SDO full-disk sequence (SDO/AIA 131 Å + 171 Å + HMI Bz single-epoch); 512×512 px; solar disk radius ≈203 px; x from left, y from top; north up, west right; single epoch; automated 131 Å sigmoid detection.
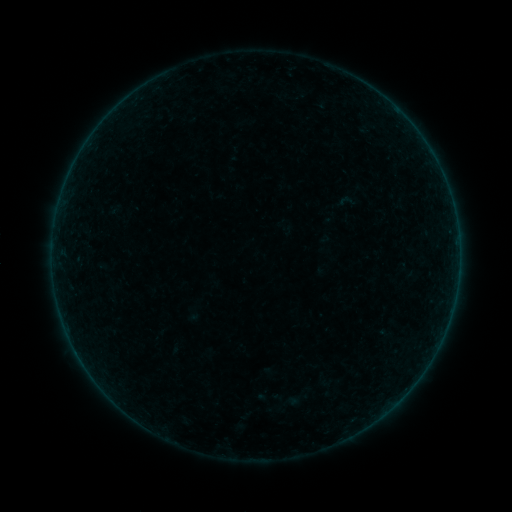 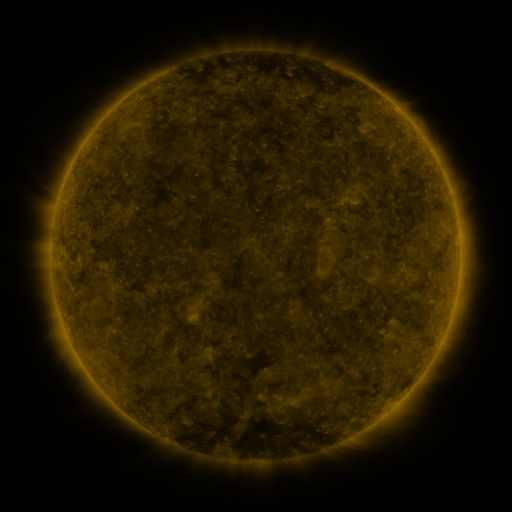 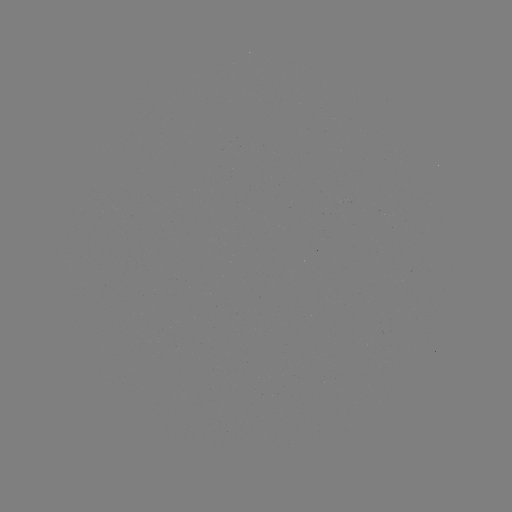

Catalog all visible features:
sigmoid: (334, 190, 357, 212)
